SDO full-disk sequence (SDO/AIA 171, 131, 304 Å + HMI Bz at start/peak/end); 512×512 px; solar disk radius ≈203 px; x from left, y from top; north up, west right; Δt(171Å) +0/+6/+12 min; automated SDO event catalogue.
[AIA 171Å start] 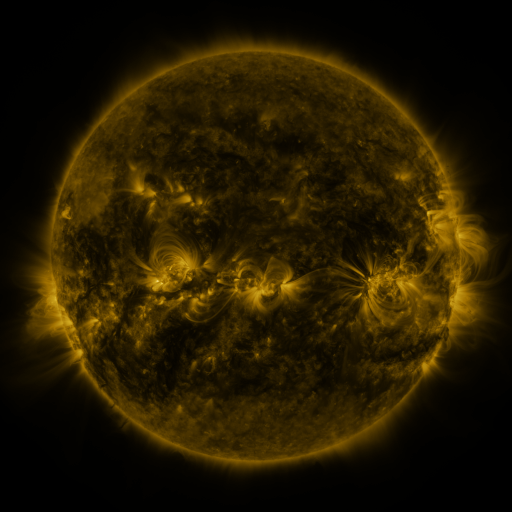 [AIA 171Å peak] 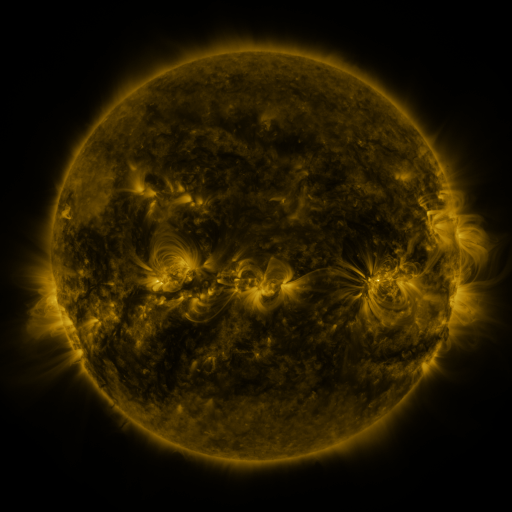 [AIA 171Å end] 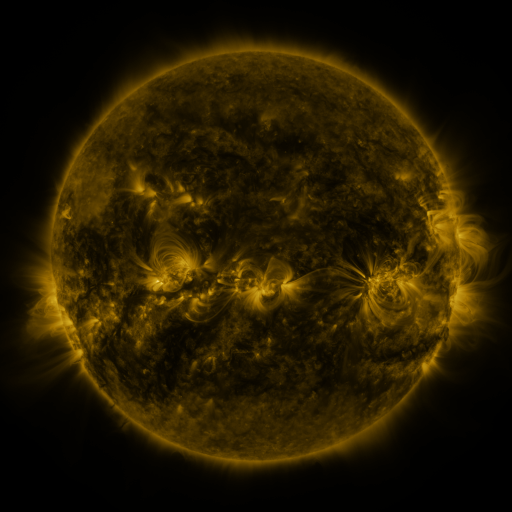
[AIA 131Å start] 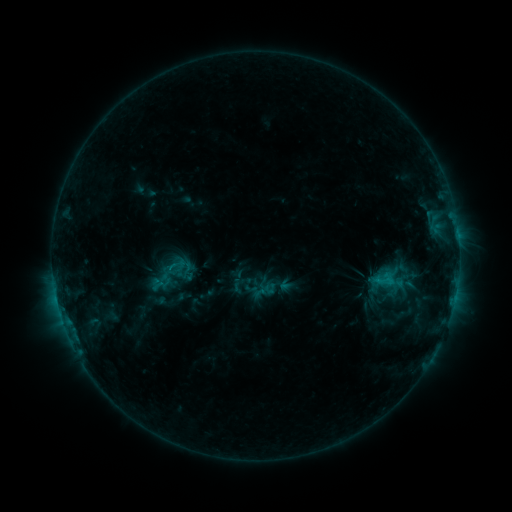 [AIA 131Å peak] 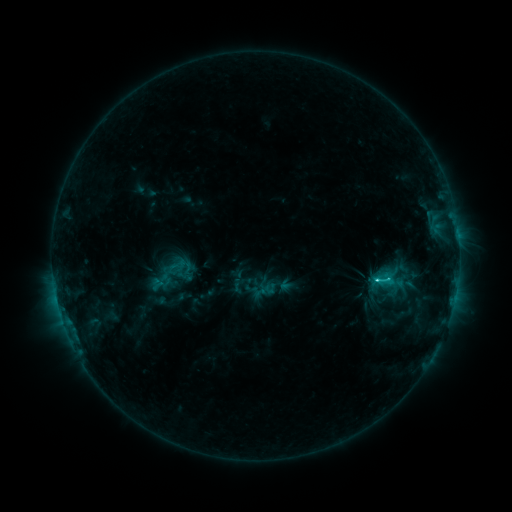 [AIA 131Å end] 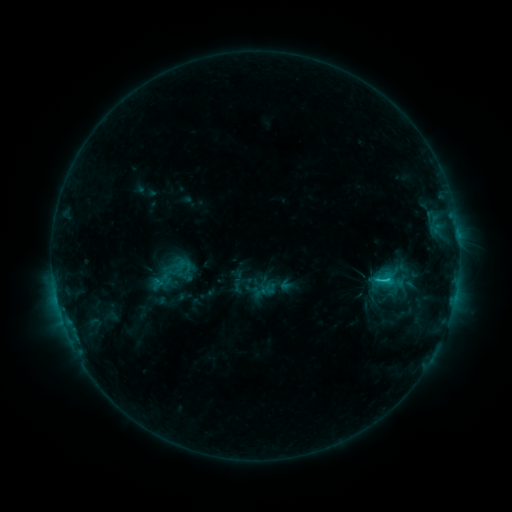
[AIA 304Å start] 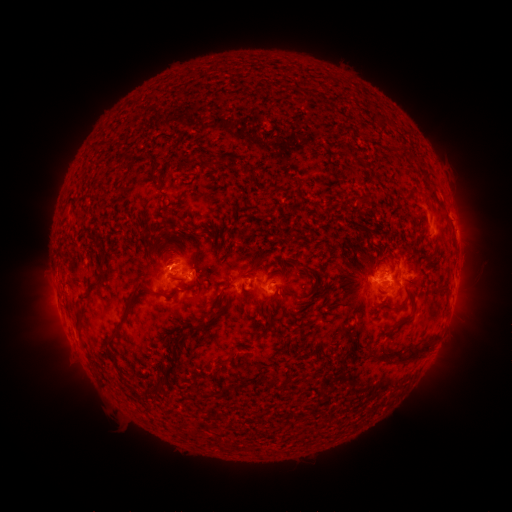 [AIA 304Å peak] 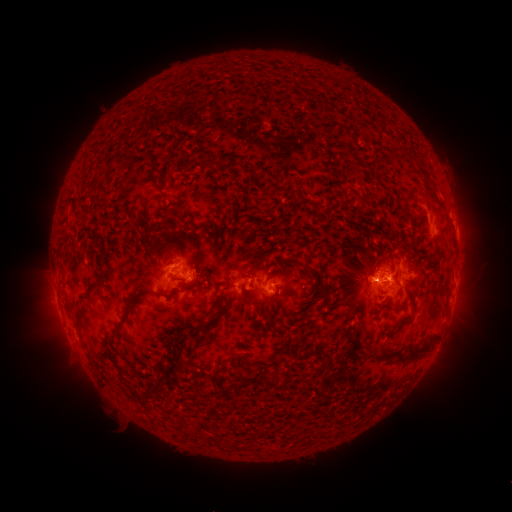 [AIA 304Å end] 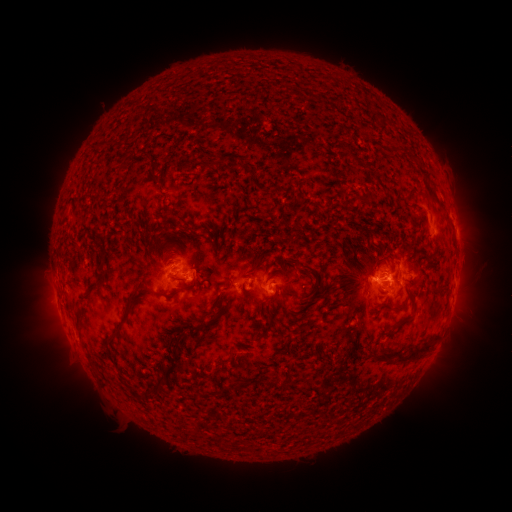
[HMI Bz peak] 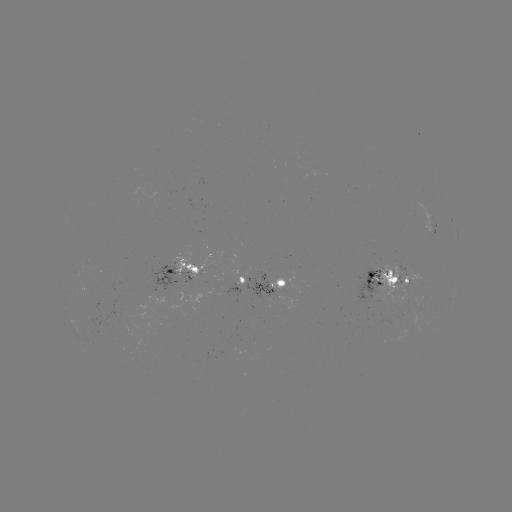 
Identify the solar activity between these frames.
C2.2 flare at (376, 279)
